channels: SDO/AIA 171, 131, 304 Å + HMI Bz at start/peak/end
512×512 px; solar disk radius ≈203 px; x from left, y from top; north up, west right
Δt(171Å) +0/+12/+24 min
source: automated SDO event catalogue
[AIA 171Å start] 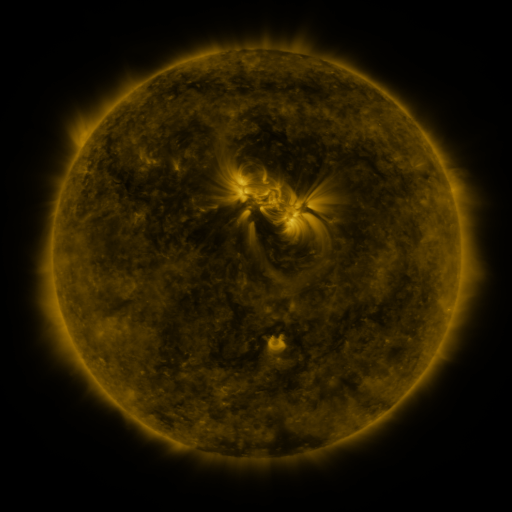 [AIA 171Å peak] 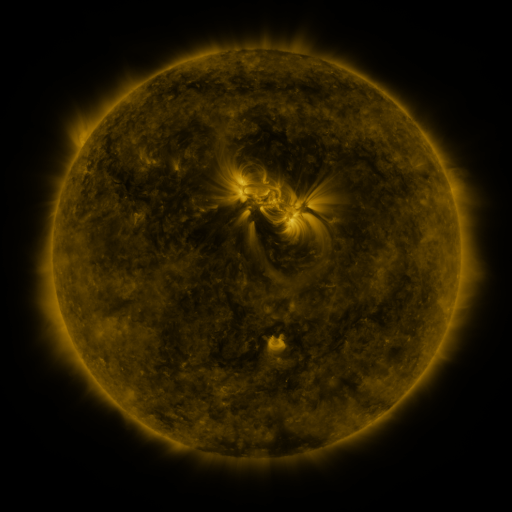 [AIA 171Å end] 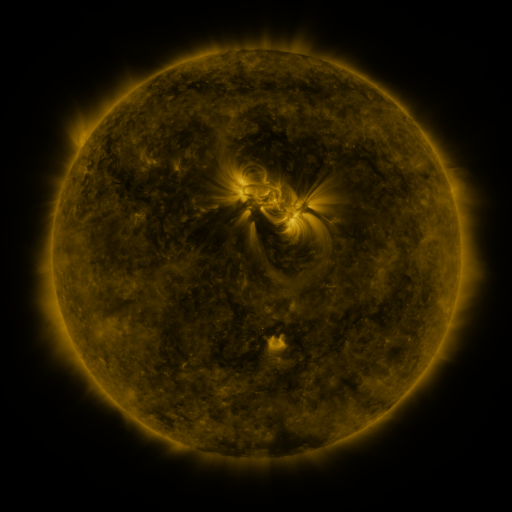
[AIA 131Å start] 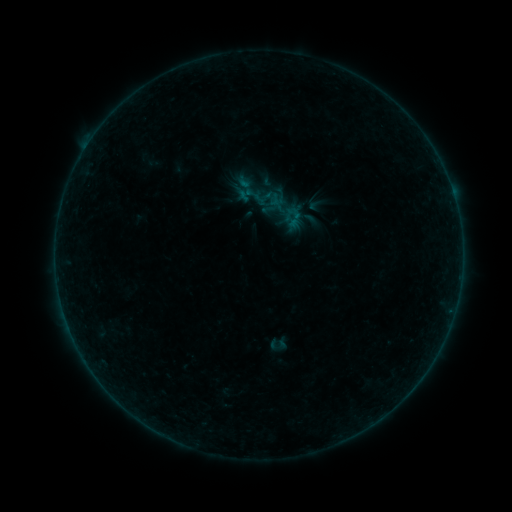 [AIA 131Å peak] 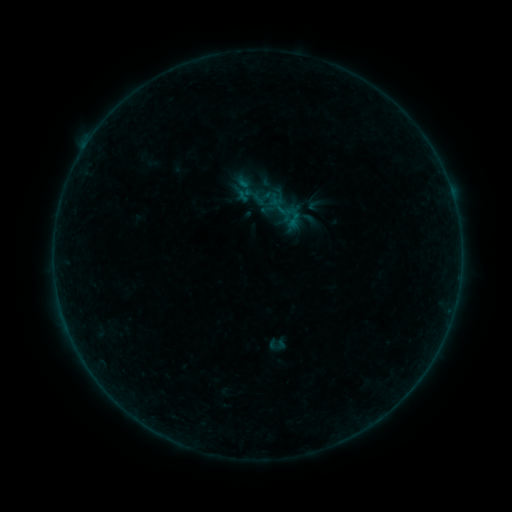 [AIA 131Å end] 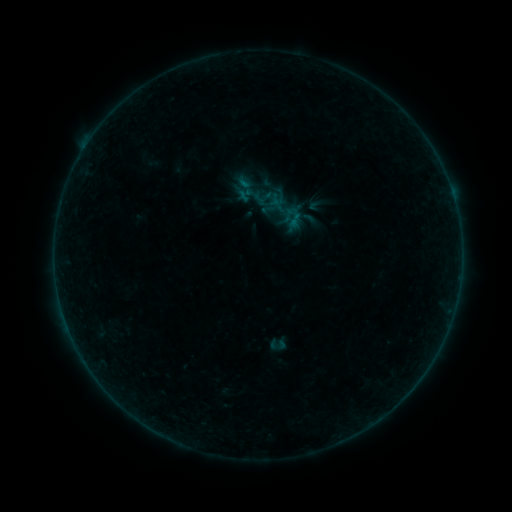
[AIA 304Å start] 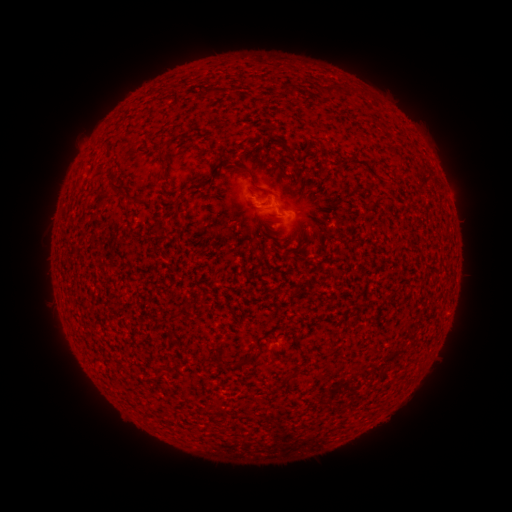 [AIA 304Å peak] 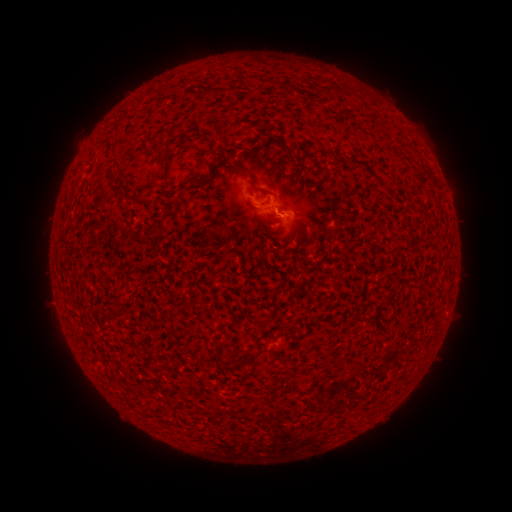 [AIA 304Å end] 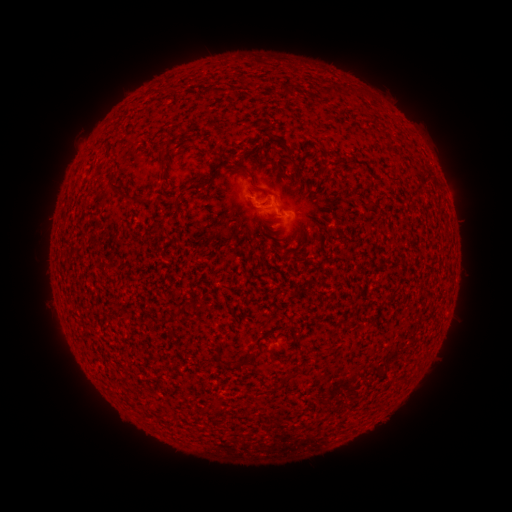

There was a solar flare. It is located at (269, 204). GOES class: B1.2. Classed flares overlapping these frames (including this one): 1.